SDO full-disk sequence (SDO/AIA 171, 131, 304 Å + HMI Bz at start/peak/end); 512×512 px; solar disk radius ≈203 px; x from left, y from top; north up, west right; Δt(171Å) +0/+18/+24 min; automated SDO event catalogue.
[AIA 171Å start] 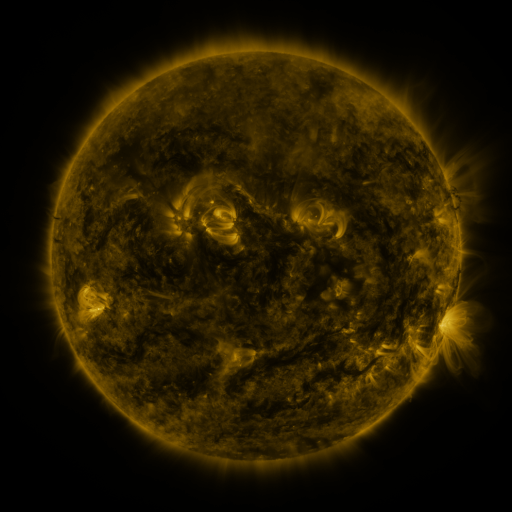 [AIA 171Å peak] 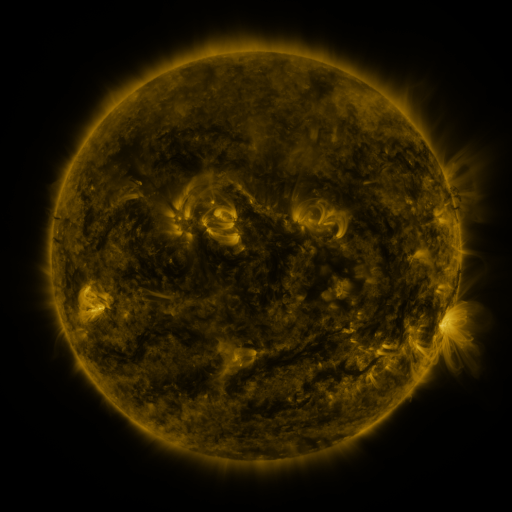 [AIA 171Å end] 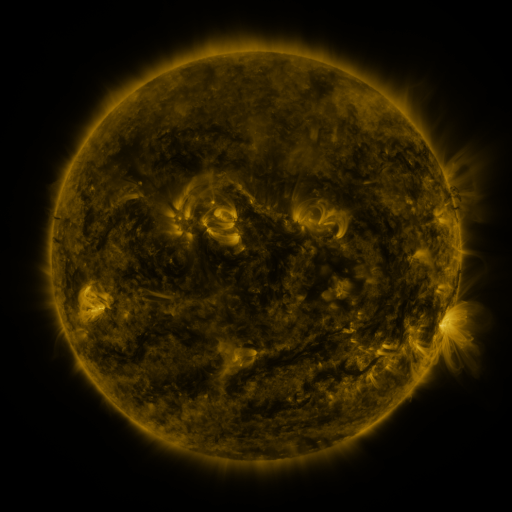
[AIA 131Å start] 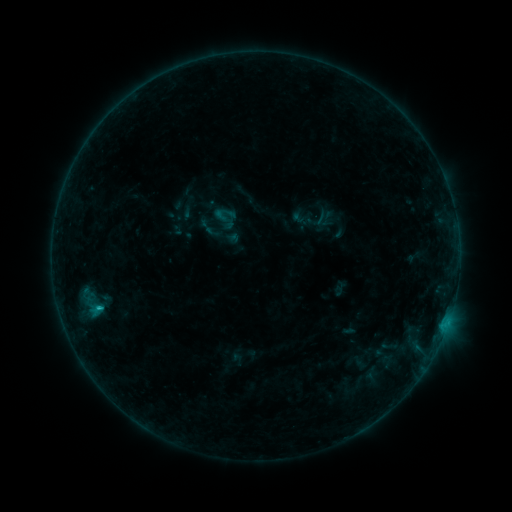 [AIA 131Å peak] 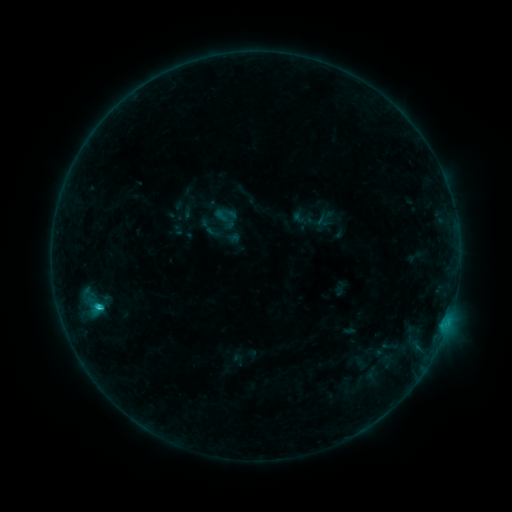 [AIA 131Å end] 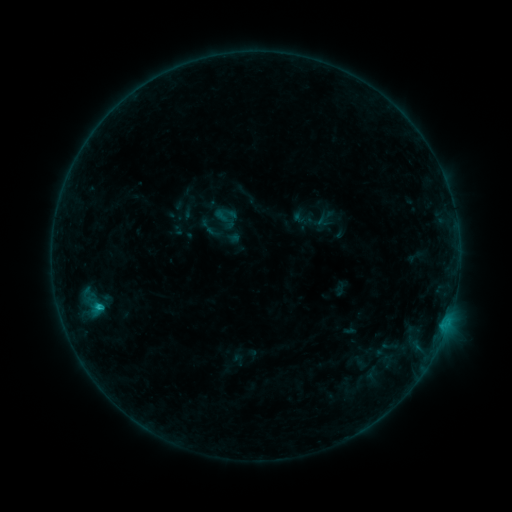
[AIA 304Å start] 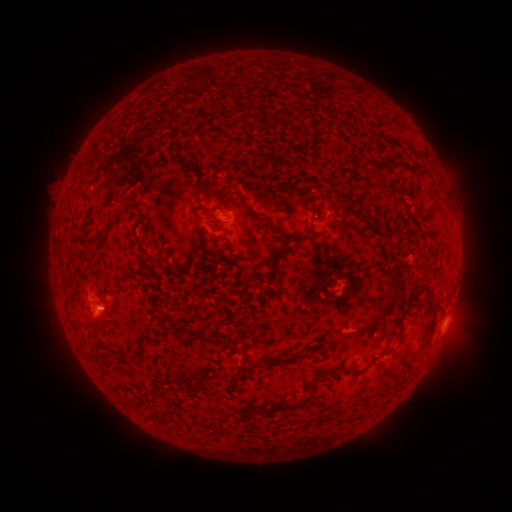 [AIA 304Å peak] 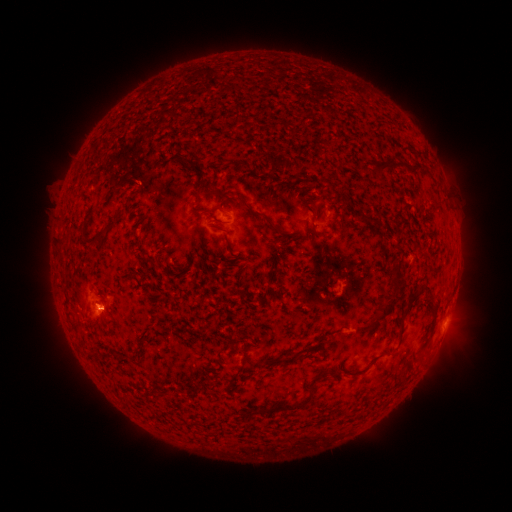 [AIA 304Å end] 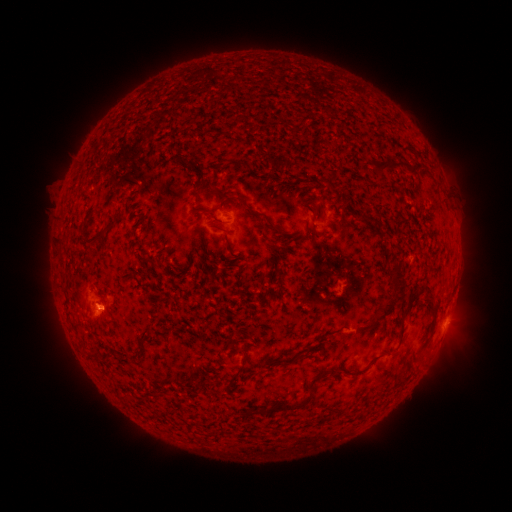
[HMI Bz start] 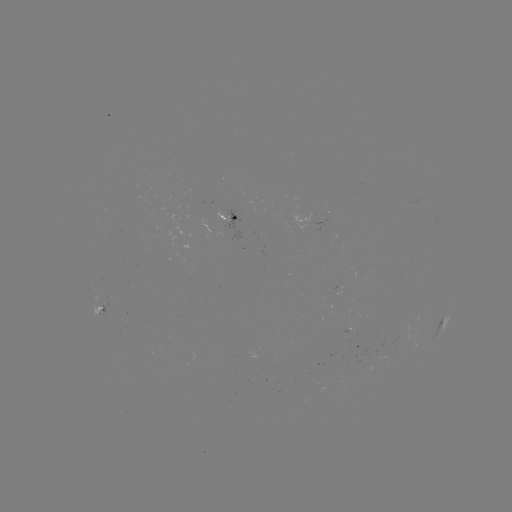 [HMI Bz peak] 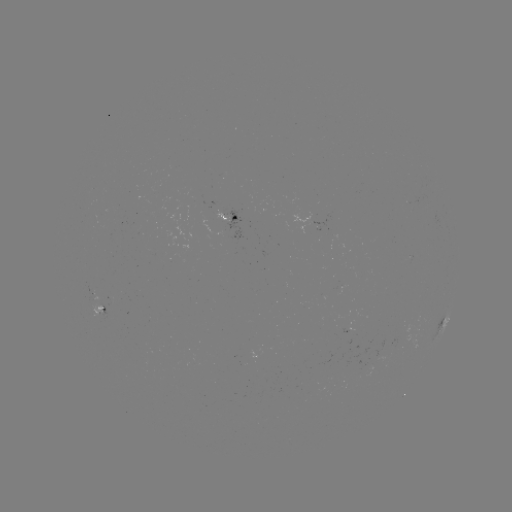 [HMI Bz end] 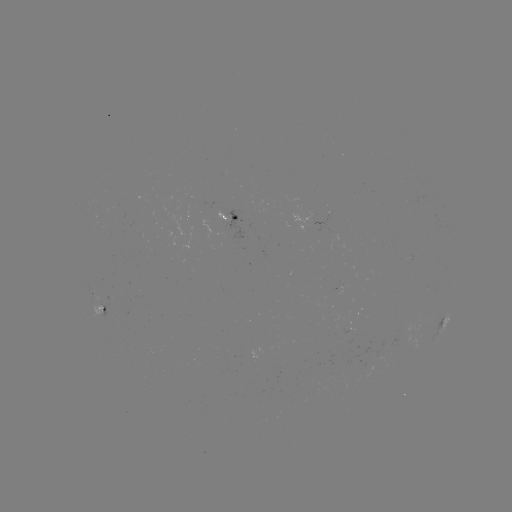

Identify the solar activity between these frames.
C1.1 flare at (100, 305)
